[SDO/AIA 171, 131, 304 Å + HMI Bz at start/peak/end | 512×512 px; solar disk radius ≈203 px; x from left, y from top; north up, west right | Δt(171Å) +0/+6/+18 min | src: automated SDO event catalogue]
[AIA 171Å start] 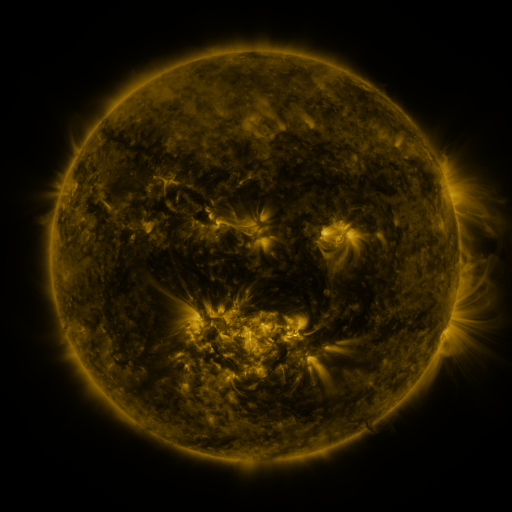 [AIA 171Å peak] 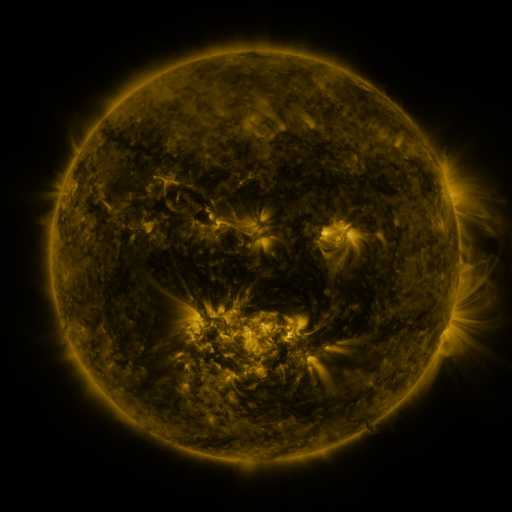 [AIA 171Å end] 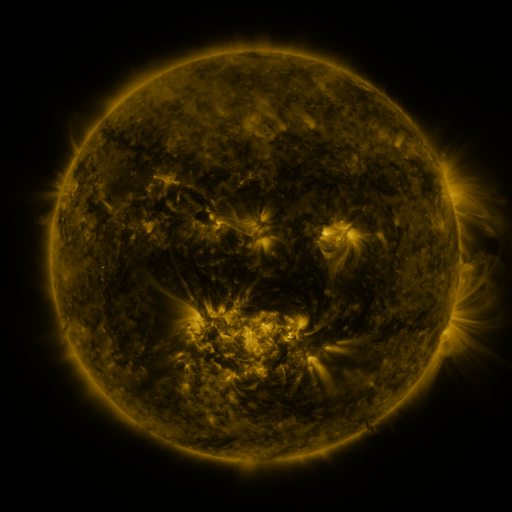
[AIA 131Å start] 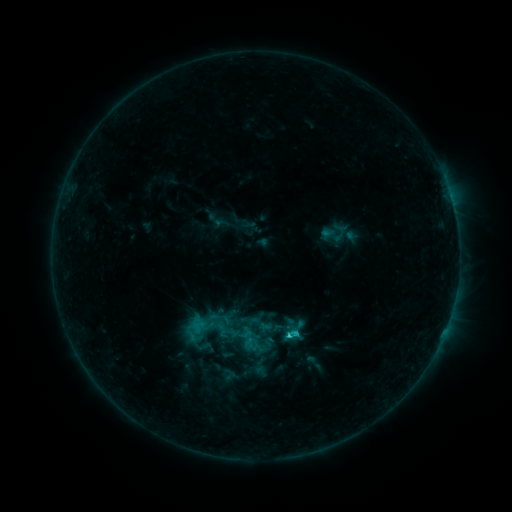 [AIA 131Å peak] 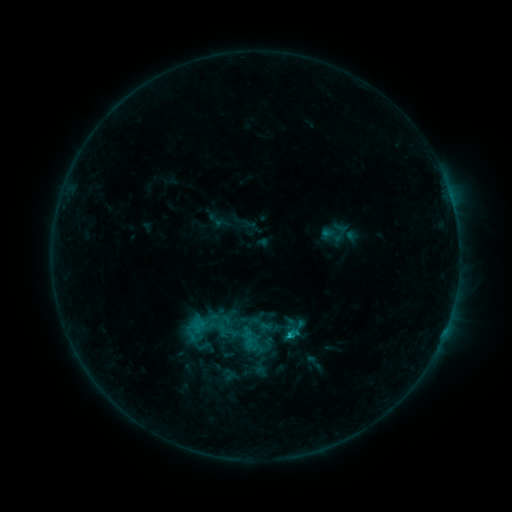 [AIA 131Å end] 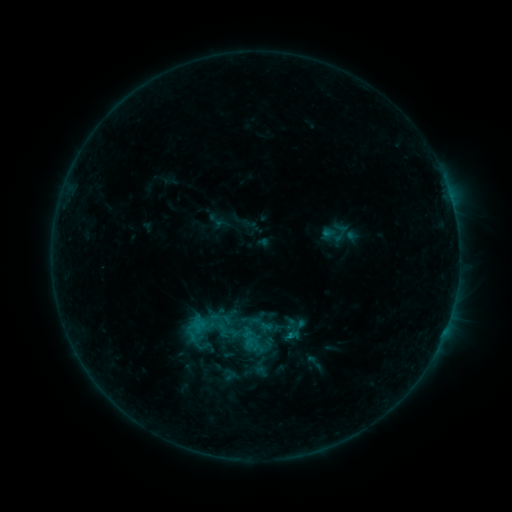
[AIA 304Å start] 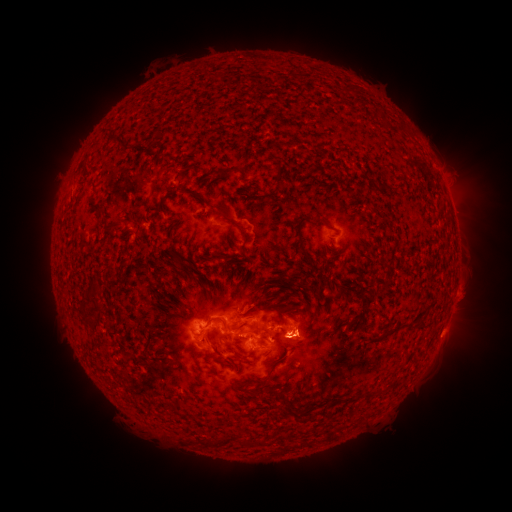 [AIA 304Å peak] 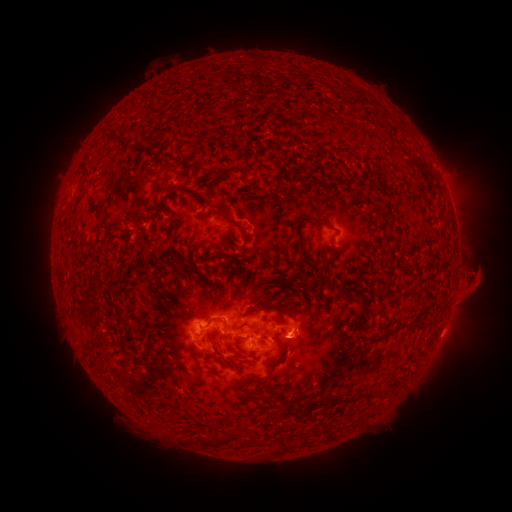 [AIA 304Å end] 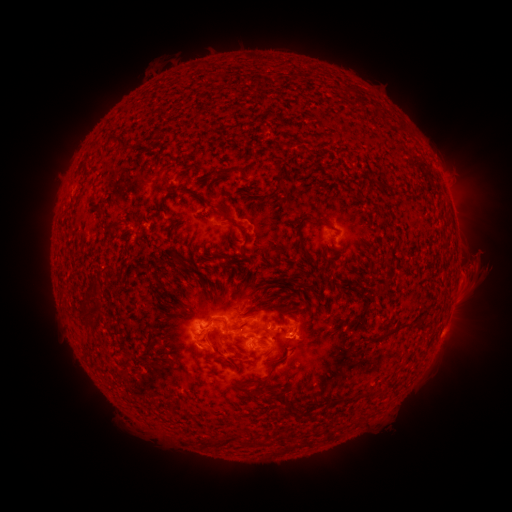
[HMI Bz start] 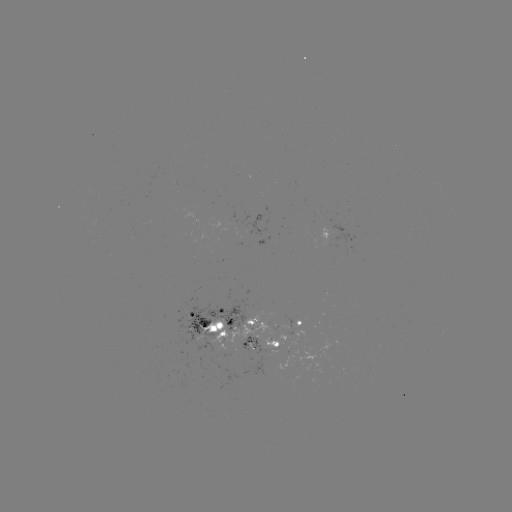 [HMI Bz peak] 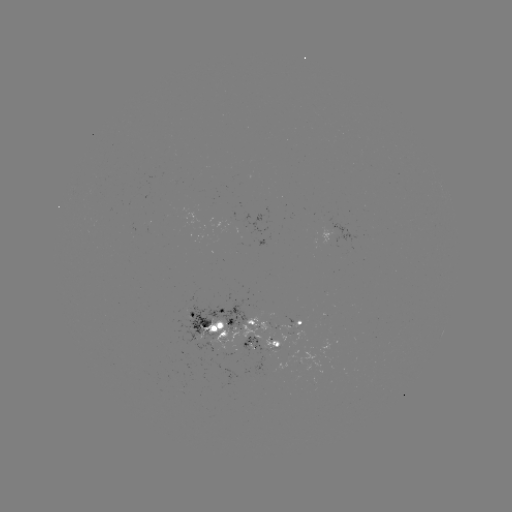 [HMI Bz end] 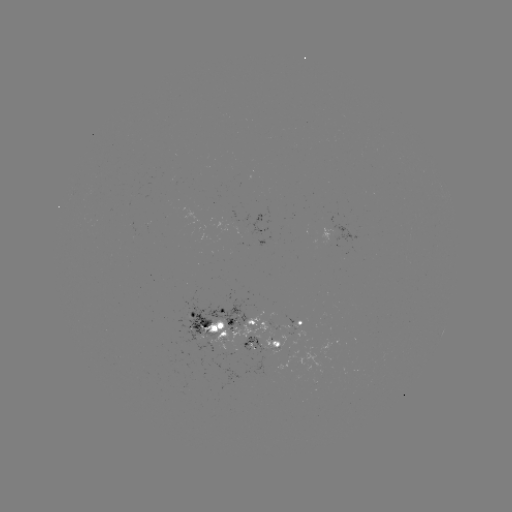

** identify eruption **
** (478, 278) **